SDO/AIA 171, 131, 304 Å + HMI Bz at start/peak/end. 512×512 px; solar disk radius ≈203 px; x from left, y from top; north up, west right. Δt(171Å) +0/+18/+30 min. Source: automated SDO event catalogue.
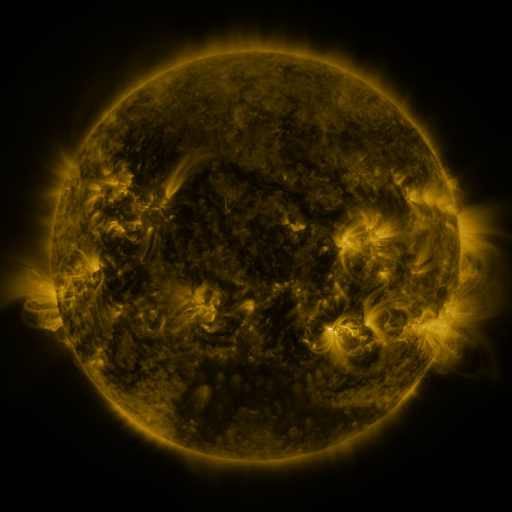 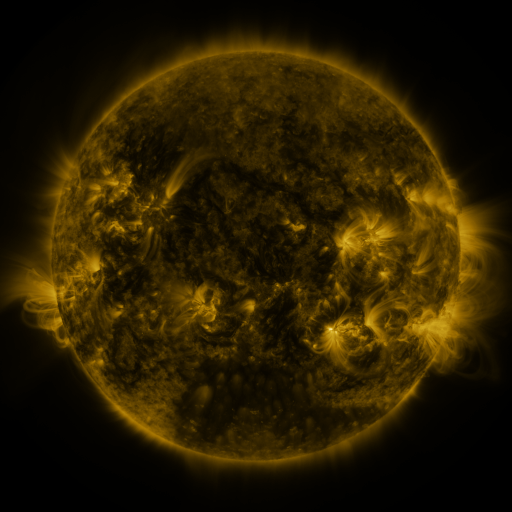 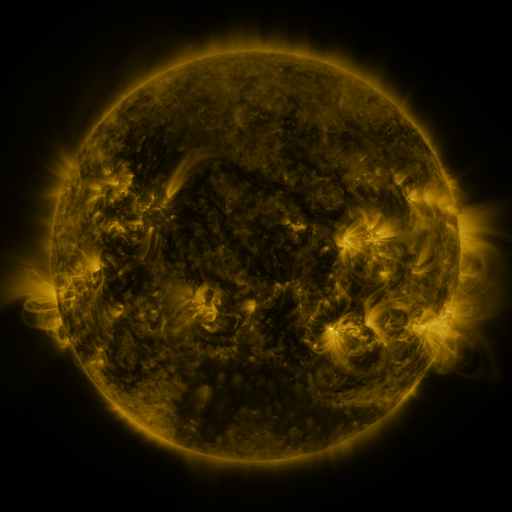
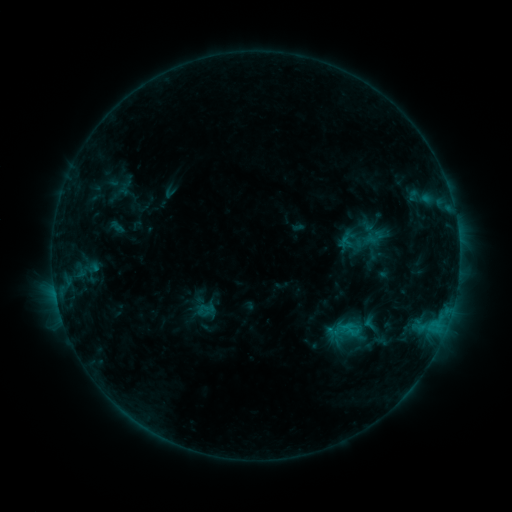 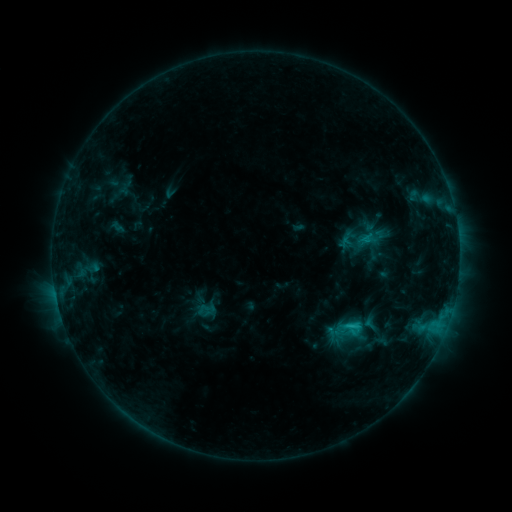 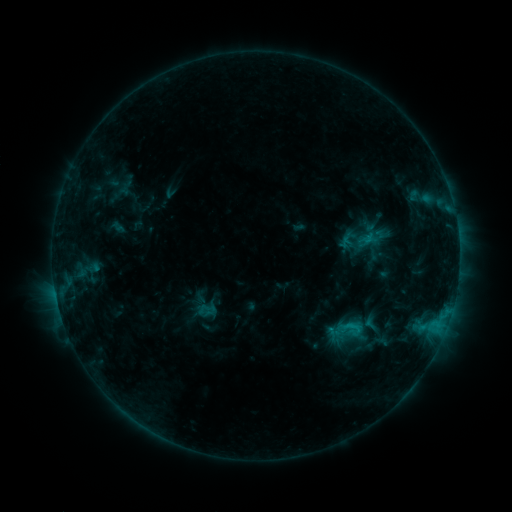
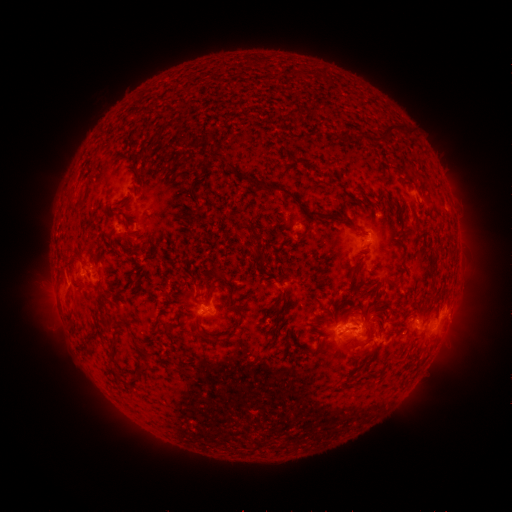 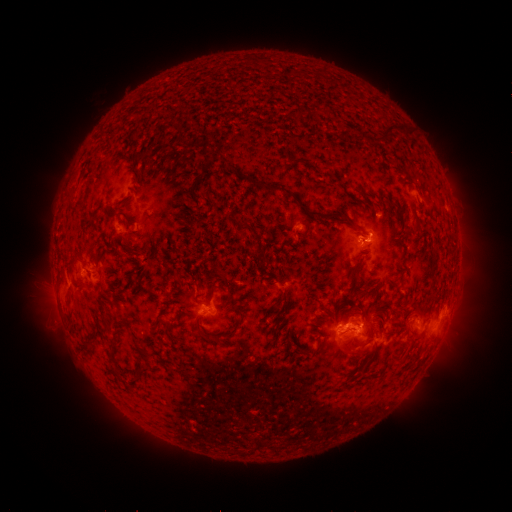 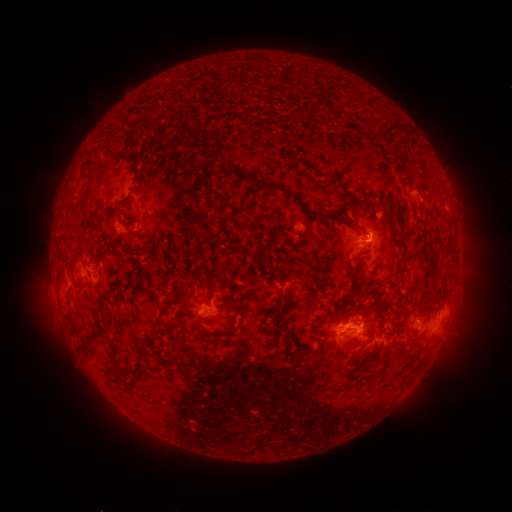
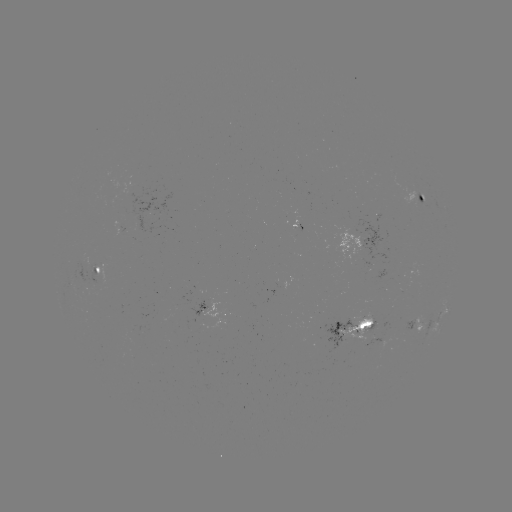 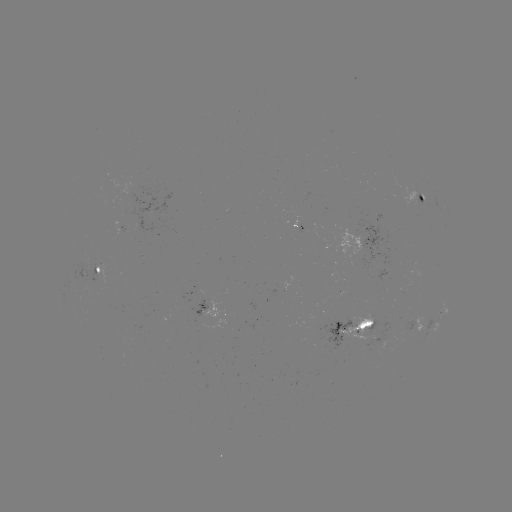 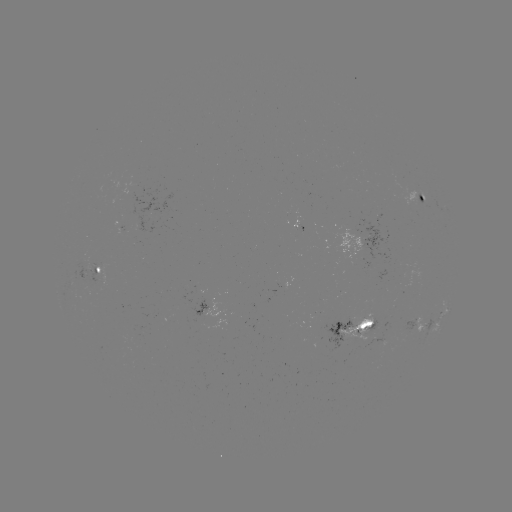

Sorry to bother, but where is C1.6 flare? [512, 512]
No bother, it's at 352,323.